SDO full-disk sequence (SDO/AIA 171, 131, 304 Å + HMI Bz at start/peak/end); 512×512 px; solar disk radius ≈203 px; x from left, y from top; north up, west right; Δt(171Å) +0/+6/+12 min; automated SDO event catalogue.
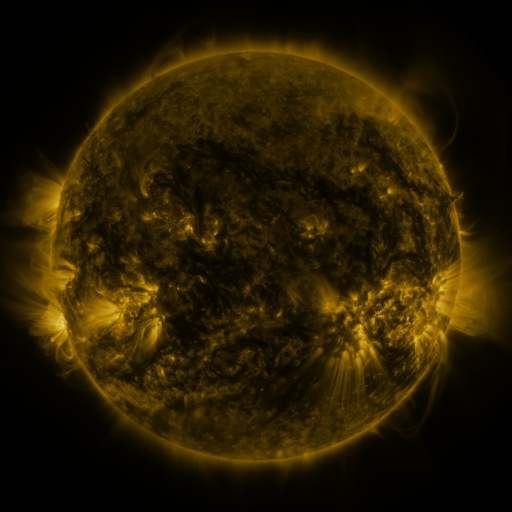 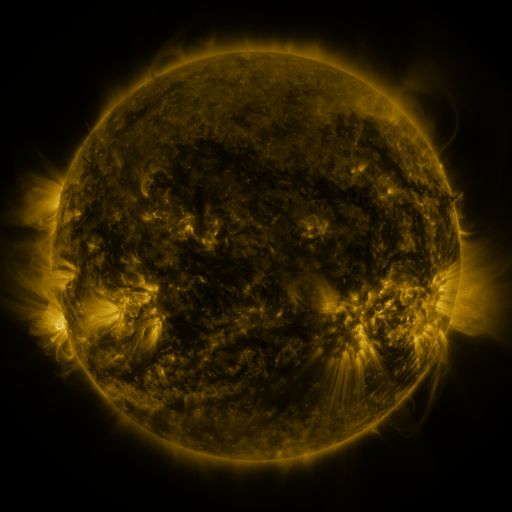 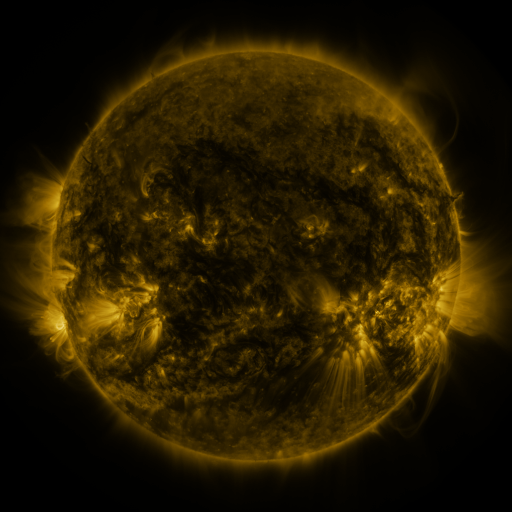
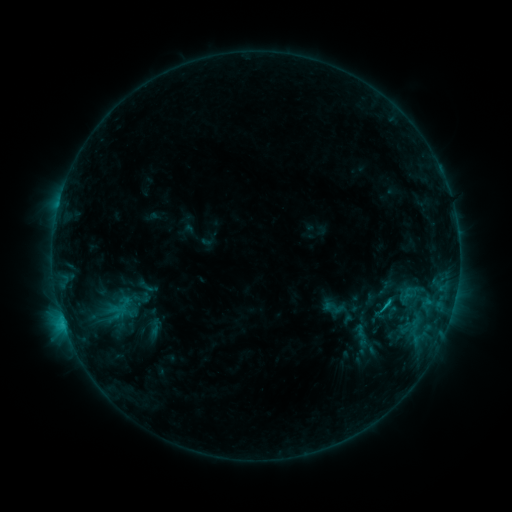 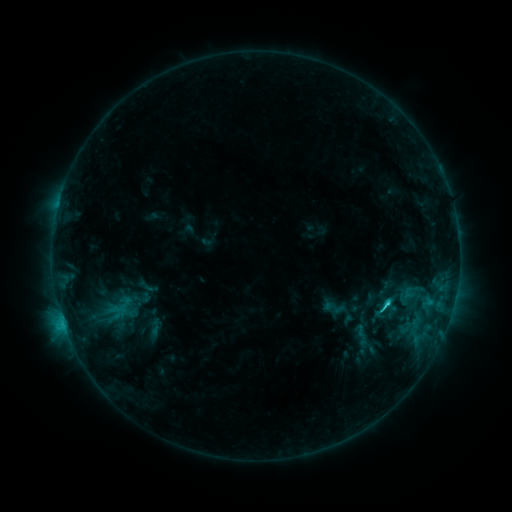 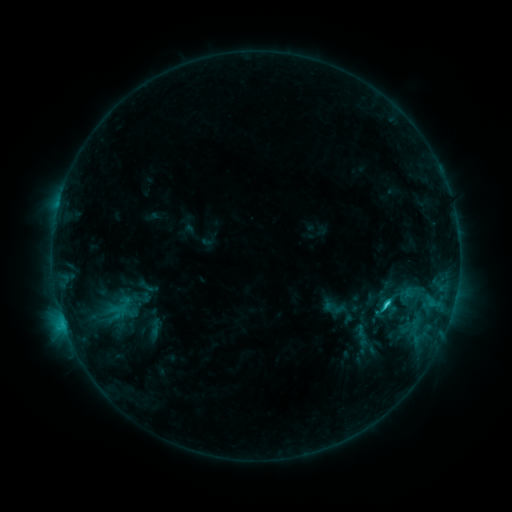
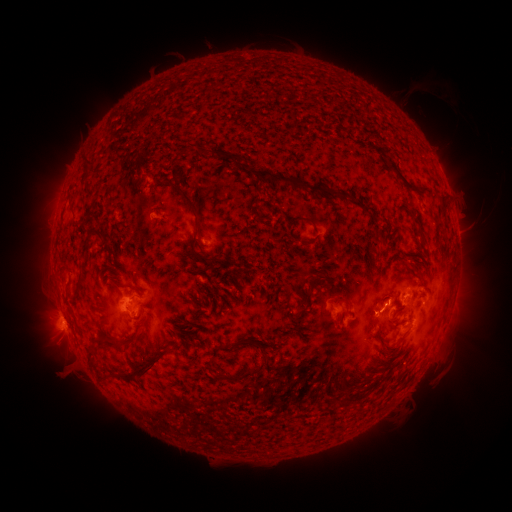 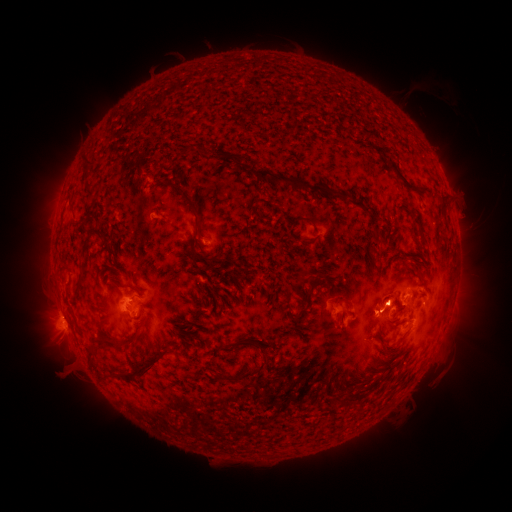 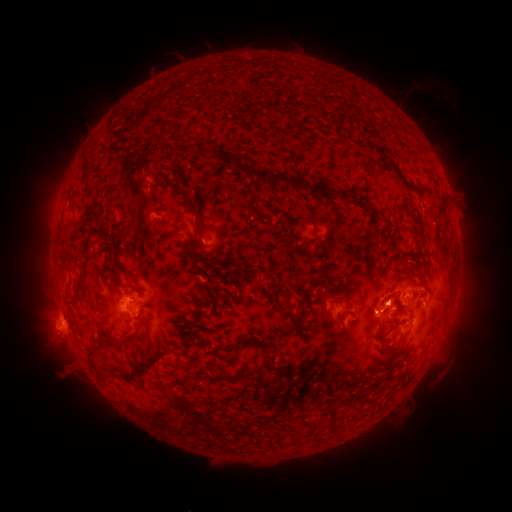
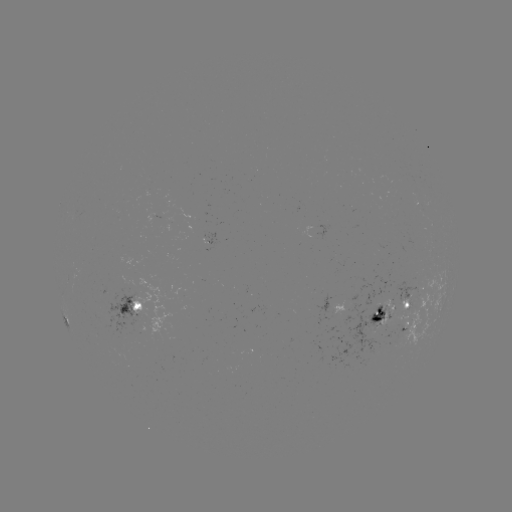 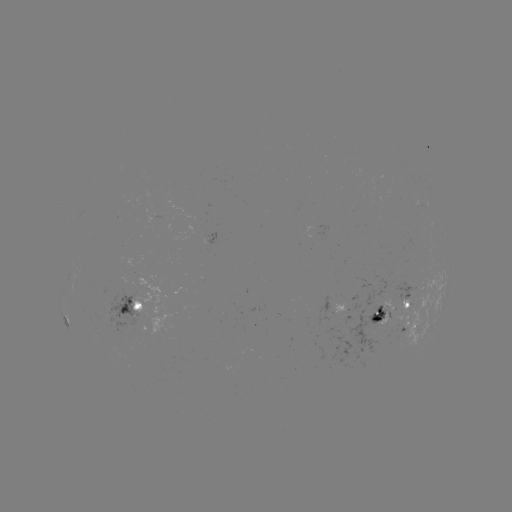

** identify C2.4 flare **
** [386, 303] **